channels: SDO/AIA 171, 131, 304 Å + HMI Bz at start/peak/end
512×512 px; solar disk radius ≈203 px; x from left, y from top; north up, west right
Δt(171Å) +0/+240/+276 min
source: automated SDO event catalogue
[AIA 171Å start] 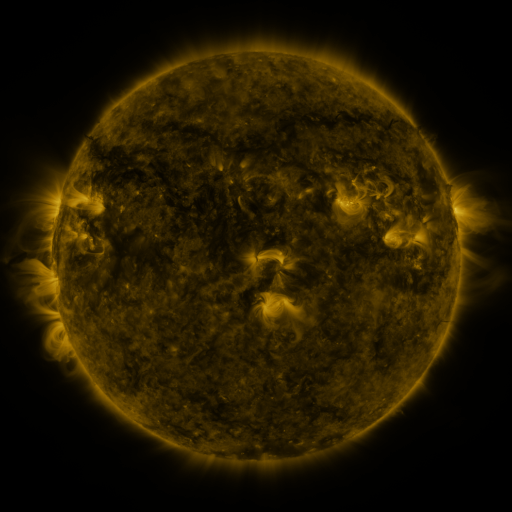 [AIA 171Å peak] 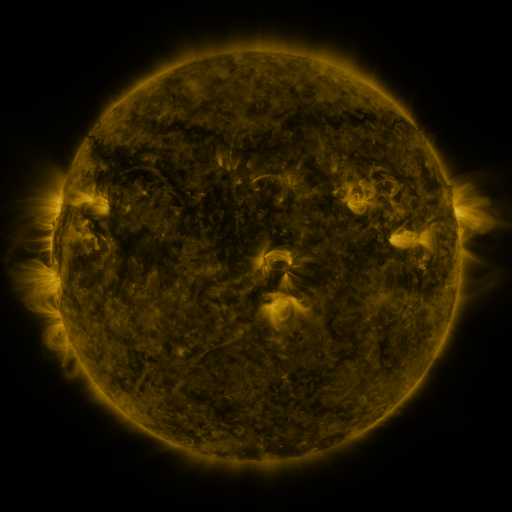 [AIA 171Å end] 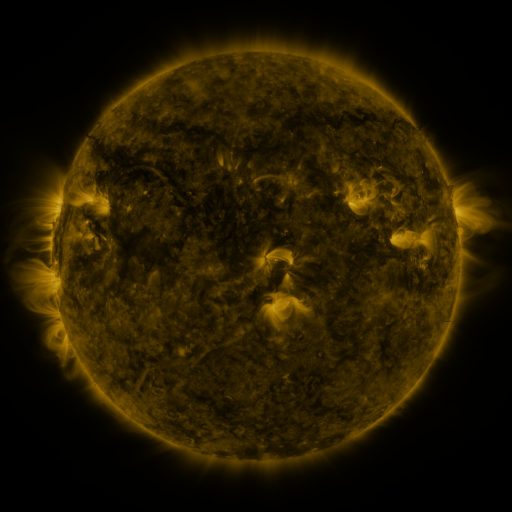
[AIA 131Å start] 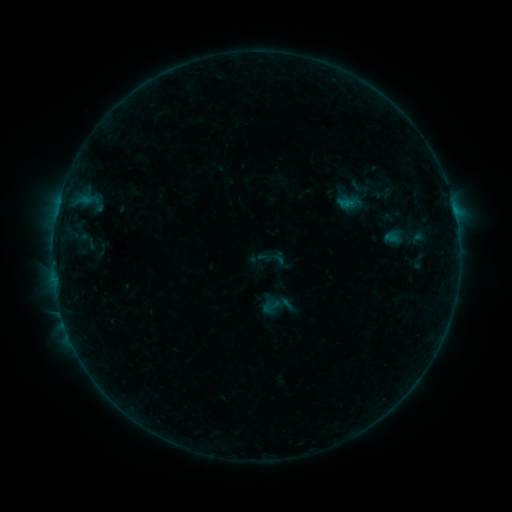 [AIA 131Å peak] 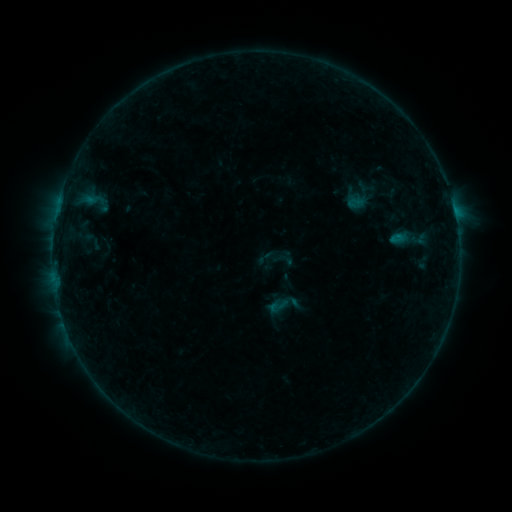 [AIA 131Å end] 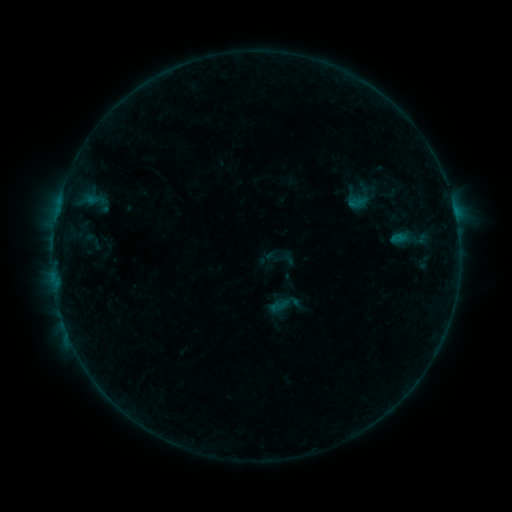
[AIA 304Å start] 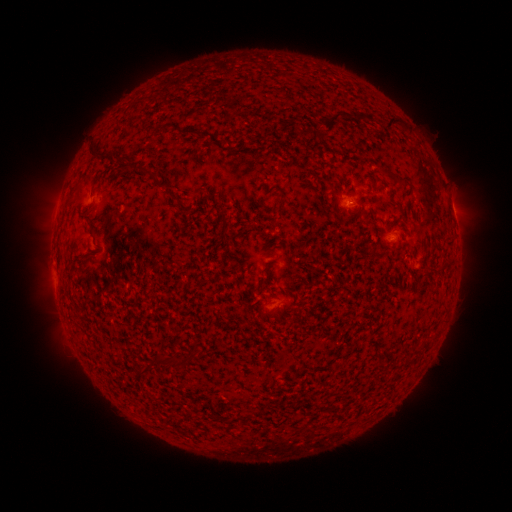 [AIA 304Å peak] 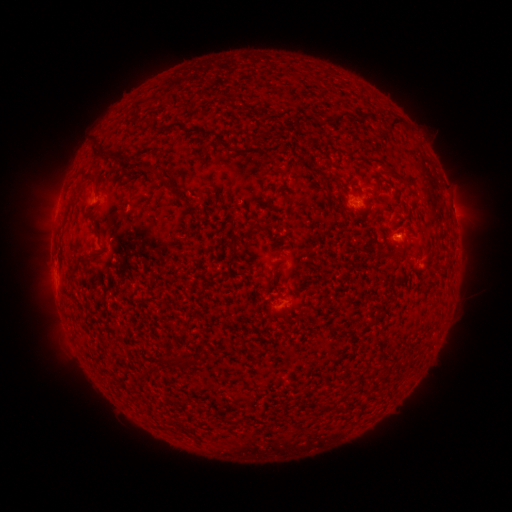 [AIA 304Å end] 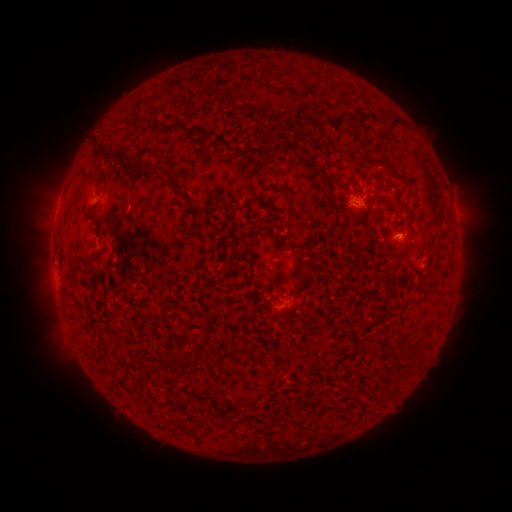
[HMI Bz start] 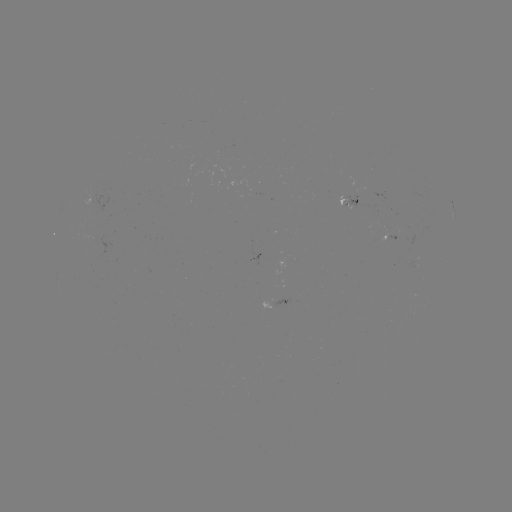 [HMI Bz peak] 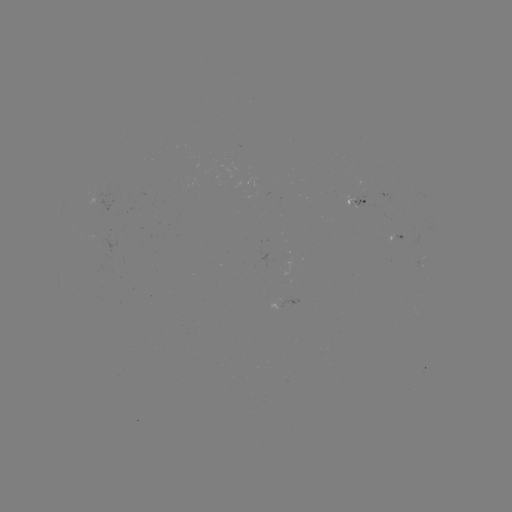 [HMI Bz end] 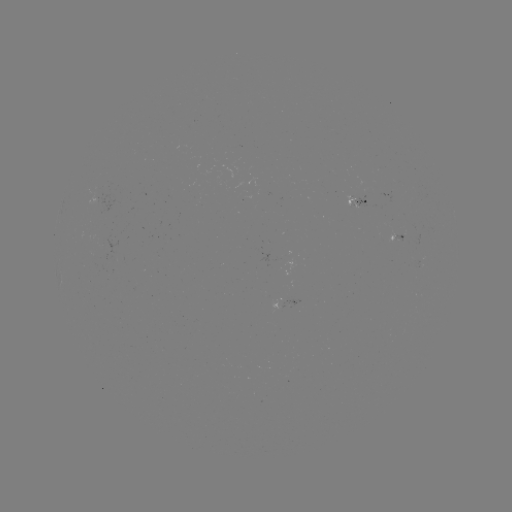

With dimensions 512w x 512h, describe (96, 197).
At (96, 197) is emerging-flux region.